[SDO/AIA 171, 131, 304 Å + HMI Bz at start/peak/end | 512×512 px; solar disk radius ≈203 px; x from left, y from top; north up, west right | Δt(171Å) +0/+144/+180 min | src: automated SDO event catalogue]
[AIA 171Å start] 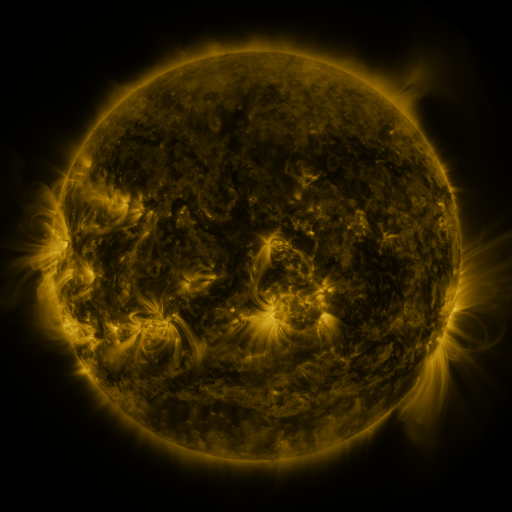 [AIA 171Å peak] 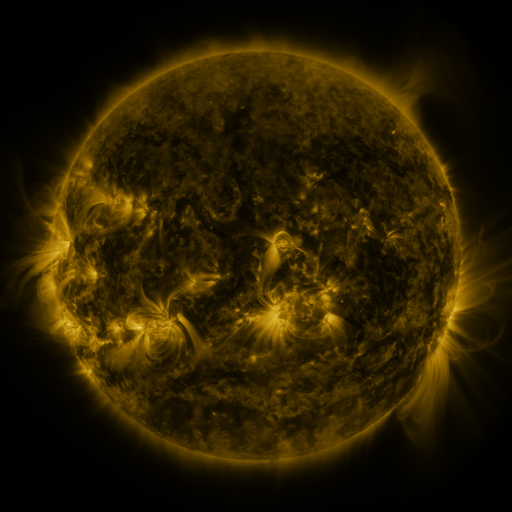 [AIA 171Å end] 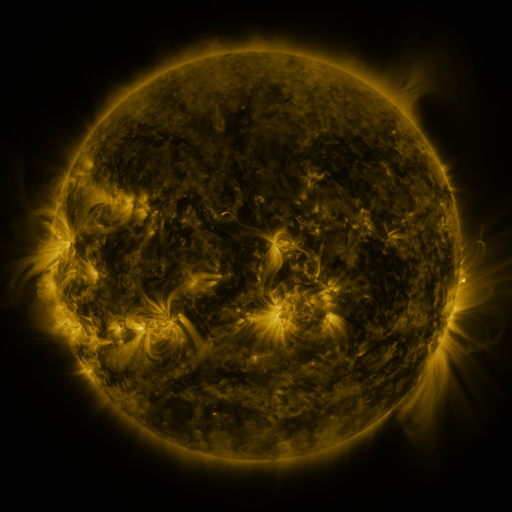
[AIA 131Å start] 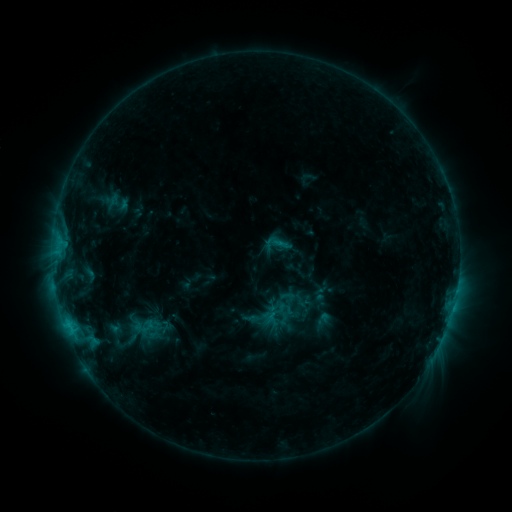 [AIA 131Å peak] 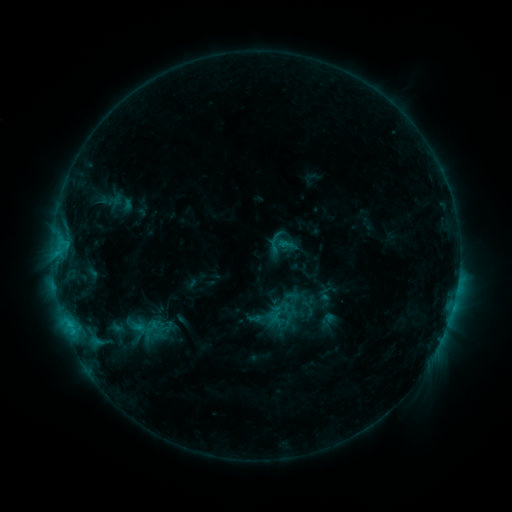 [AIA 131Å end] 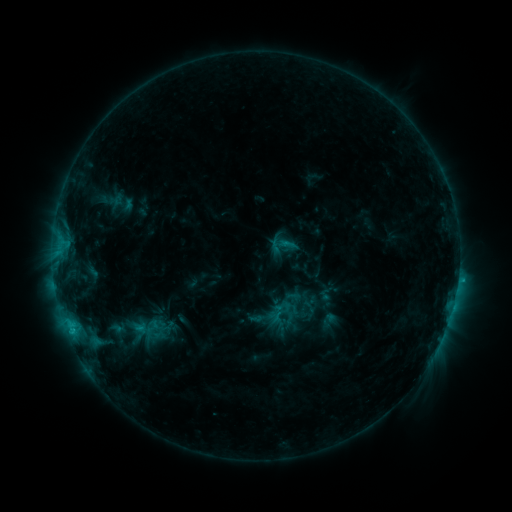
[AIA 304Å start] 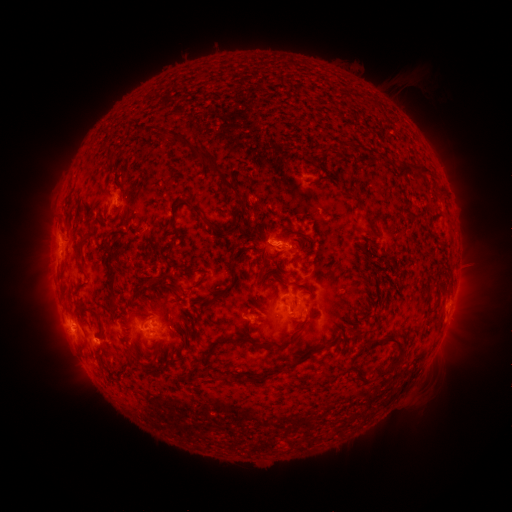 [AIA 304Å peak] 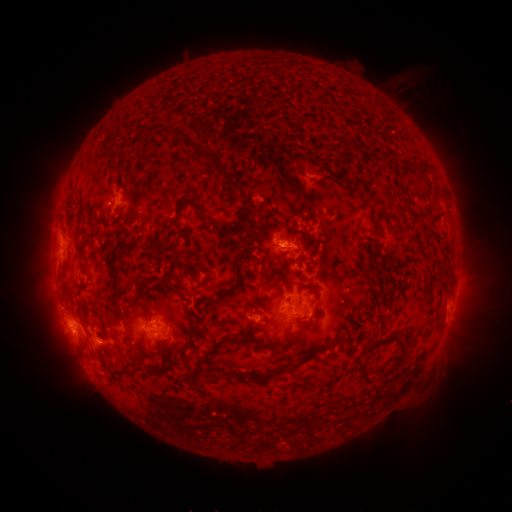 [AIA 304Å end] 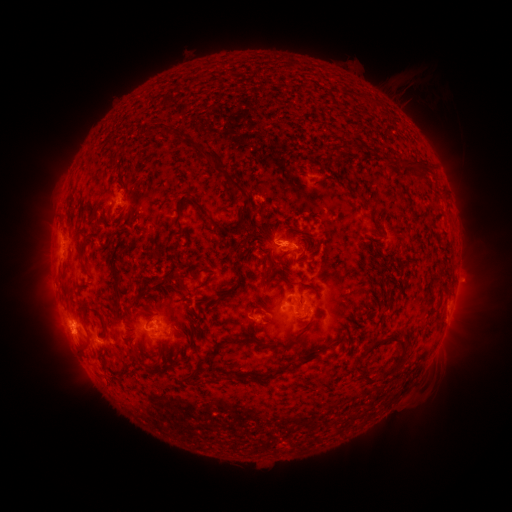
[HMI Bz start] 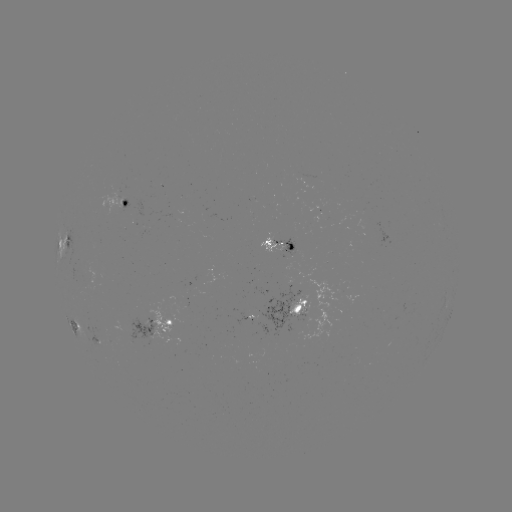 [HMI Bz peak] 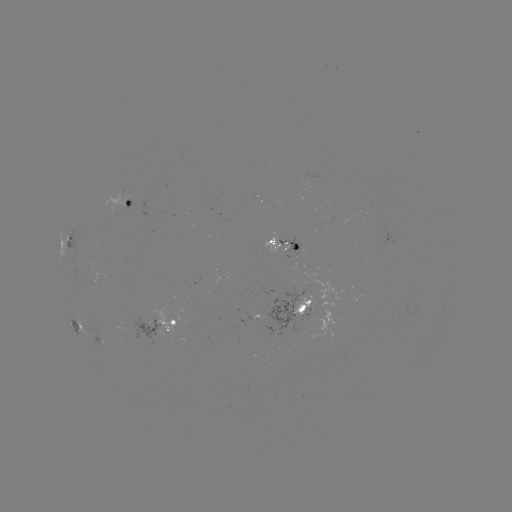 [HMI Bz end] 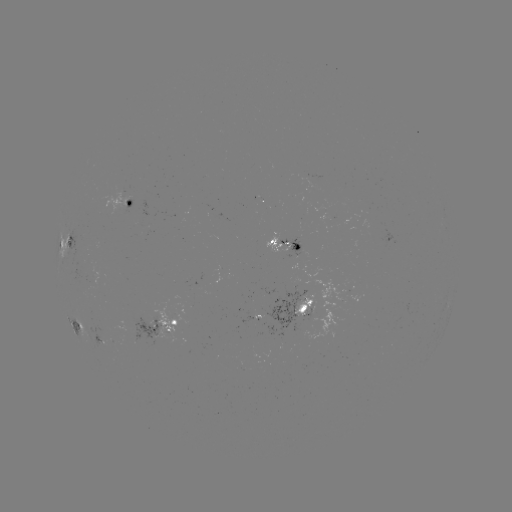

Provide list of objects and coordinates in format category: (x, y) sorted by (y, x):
emerging-flux region: (305, 313)
